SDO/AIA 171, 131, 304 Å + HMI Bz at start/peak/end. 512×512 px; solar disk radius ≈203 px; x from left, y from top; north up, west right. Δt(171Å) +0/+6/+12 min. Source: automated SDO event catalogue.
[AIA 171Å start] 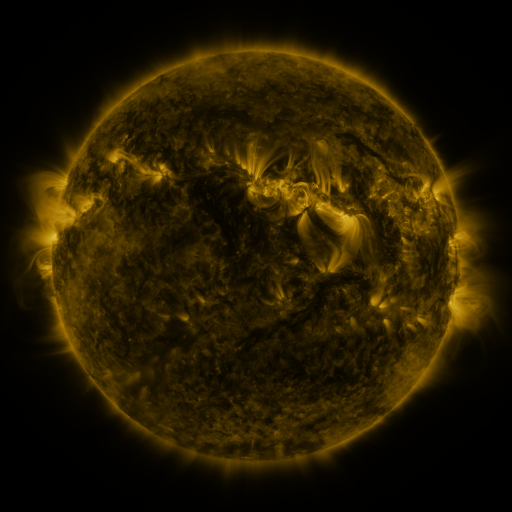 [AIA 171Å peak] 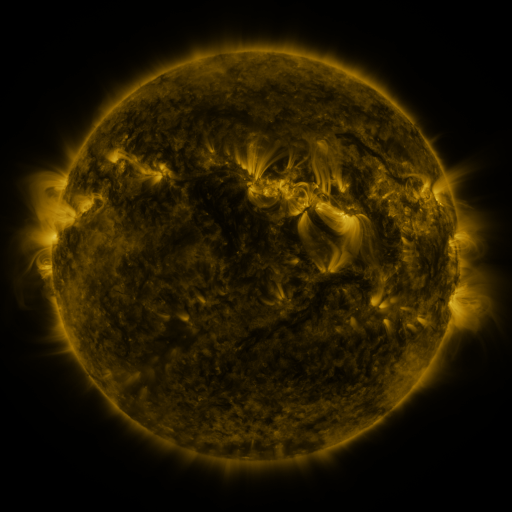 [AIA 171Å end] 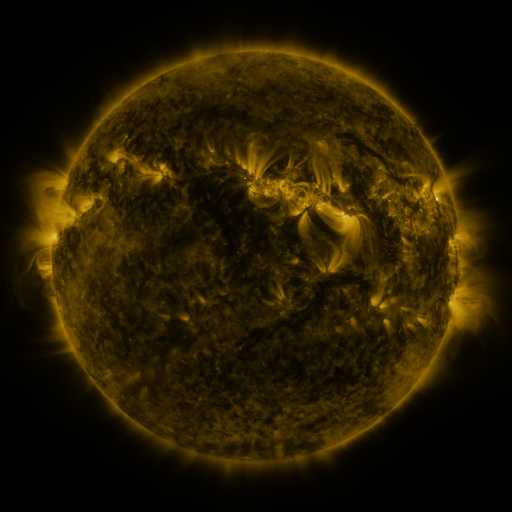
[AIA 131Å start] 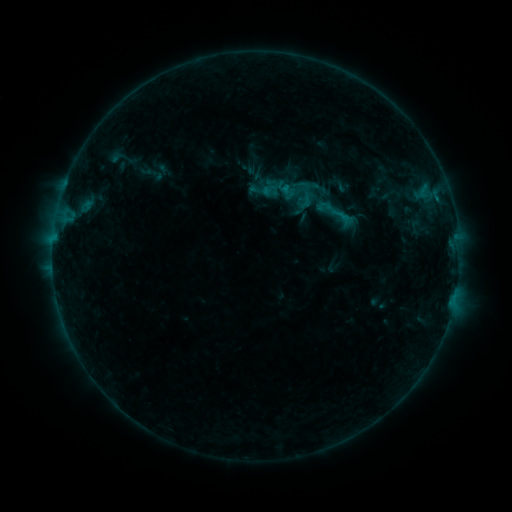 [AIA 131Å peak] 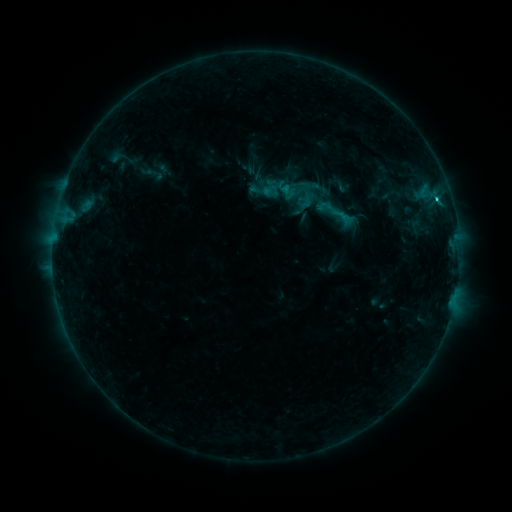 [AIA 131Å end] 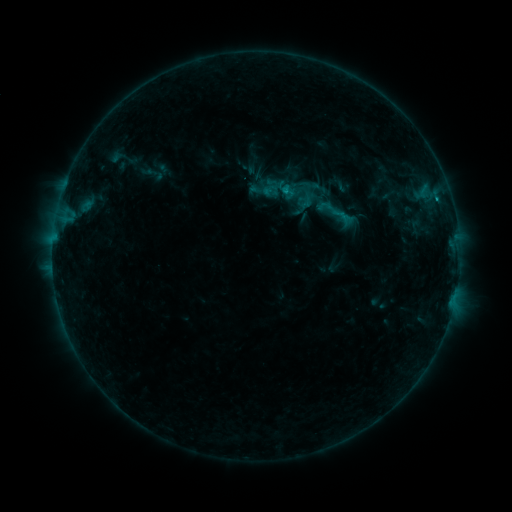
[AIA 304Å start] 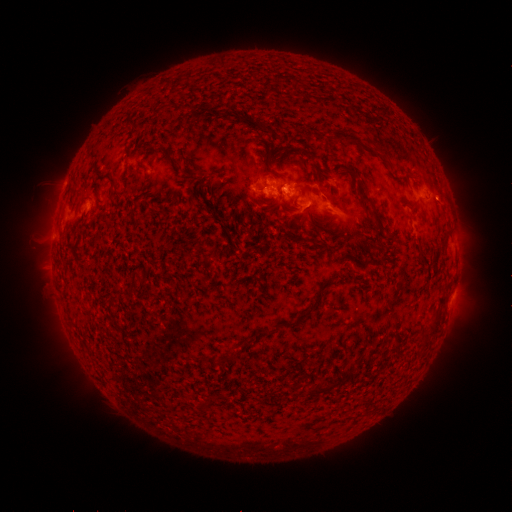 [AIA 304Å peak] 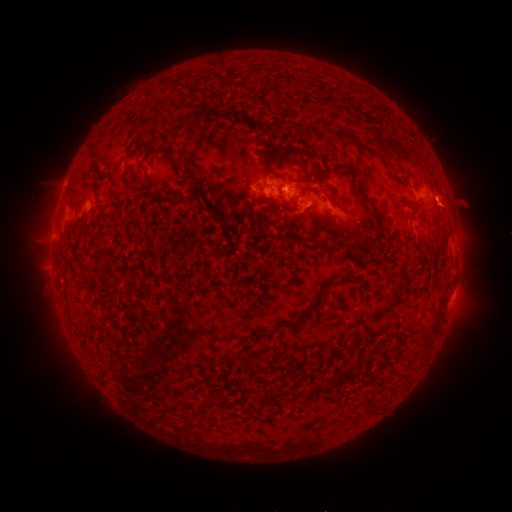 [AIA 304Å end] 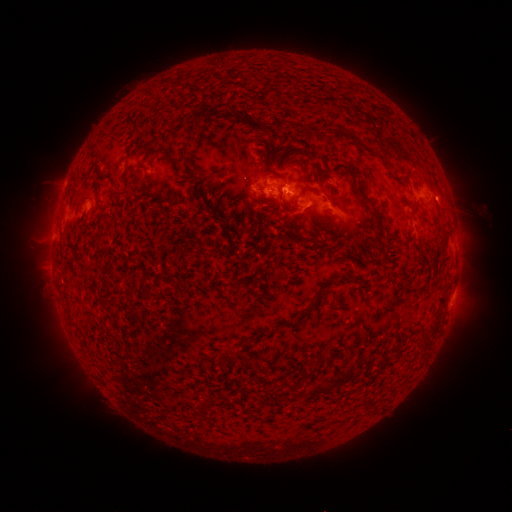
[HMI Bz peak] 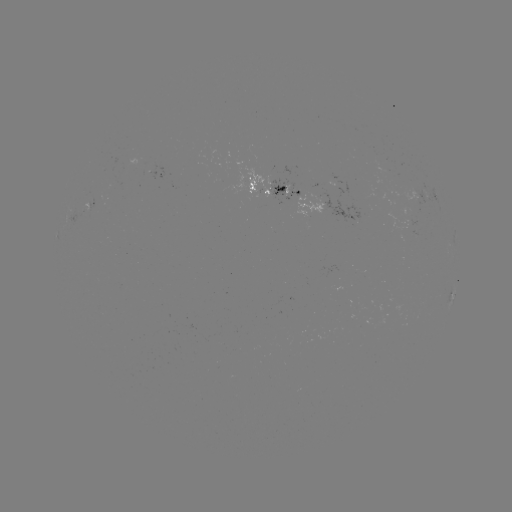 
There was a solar flare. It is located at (435, 200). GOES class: C1.2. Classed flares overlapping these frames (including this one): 1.